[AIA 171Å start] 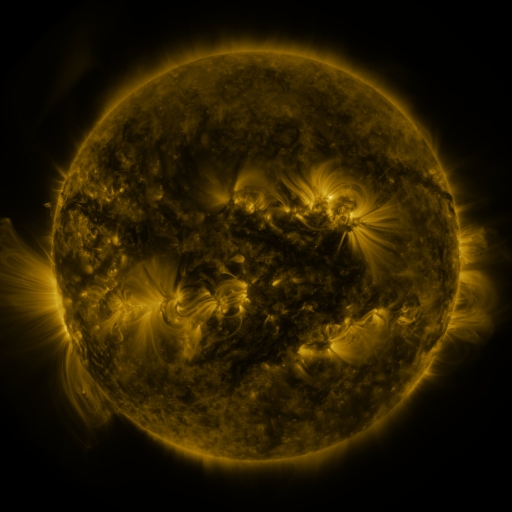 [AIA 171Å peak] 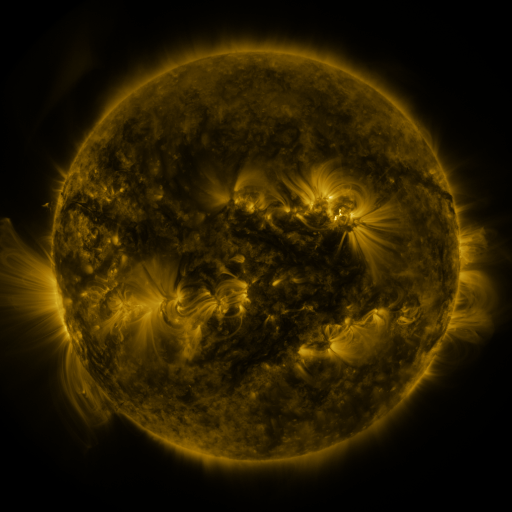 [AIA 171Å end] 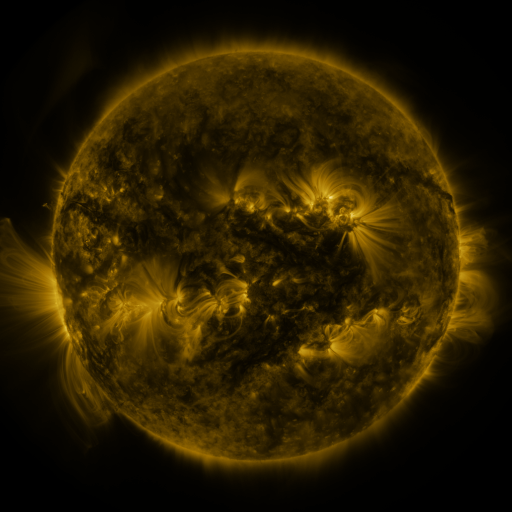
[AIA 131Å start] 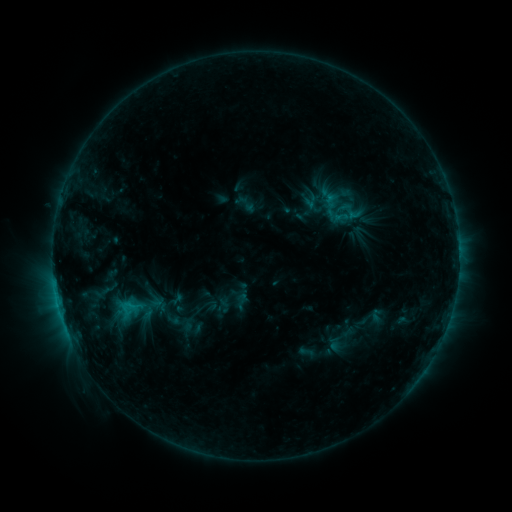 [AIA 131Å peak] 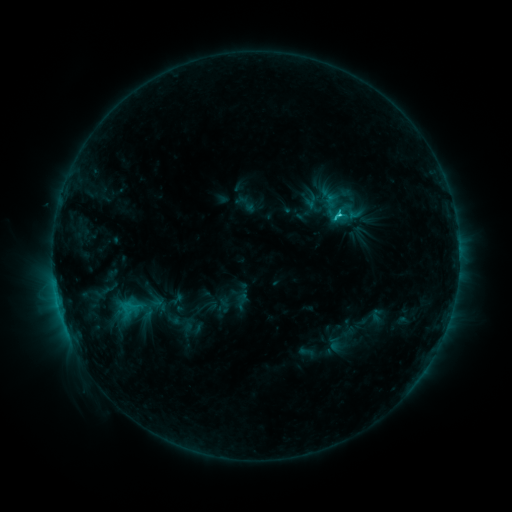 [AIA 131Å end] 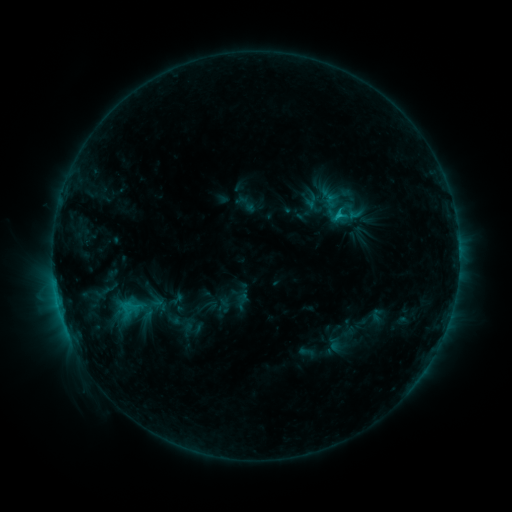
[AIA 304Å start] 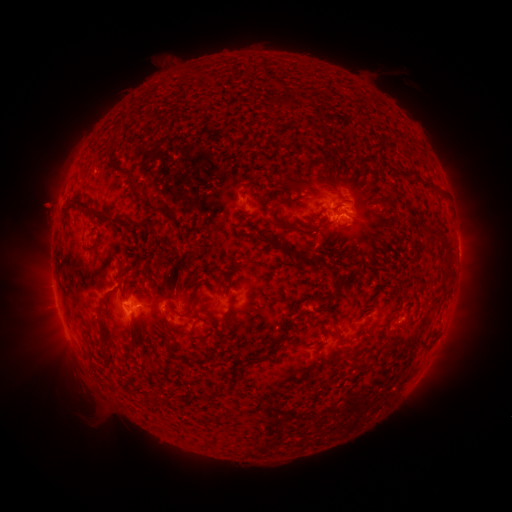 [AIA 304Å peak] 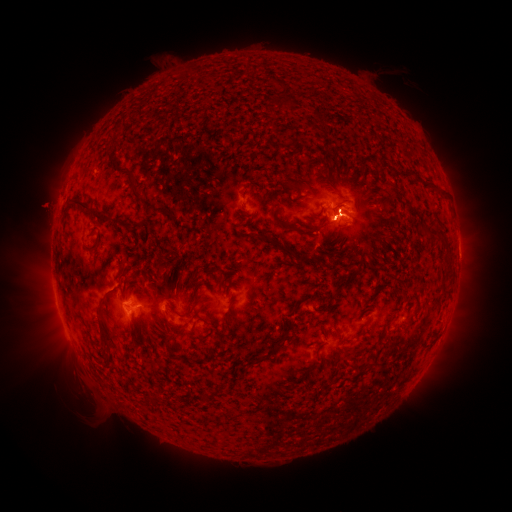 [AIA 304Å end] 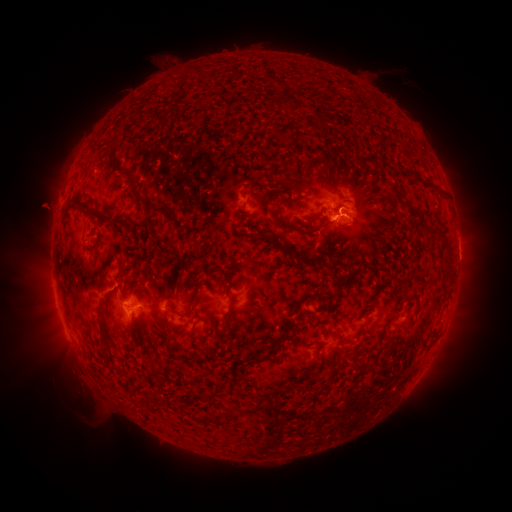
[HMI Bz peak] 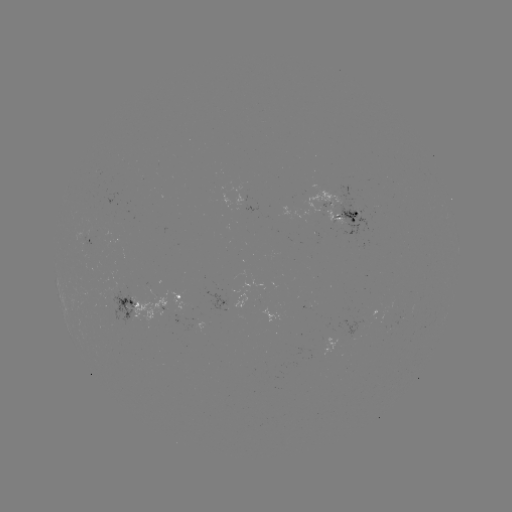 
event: flare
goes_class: C1.9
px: (339, 216)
